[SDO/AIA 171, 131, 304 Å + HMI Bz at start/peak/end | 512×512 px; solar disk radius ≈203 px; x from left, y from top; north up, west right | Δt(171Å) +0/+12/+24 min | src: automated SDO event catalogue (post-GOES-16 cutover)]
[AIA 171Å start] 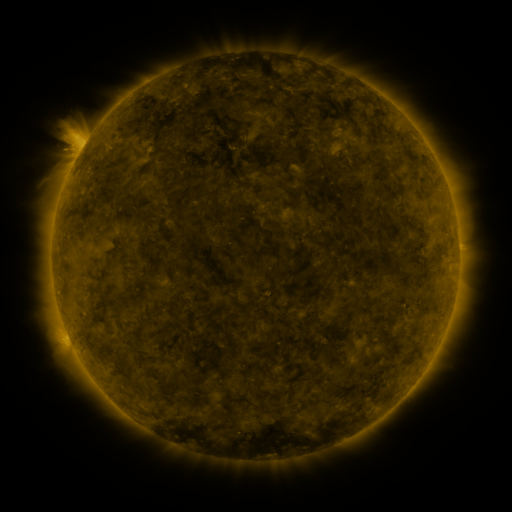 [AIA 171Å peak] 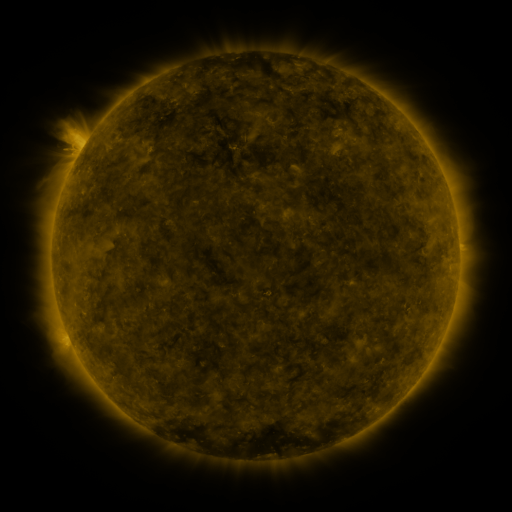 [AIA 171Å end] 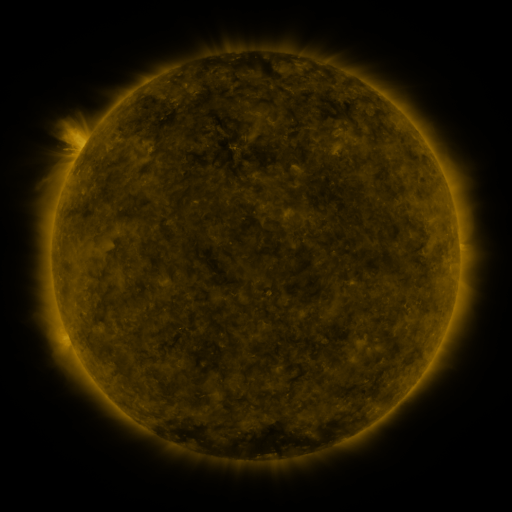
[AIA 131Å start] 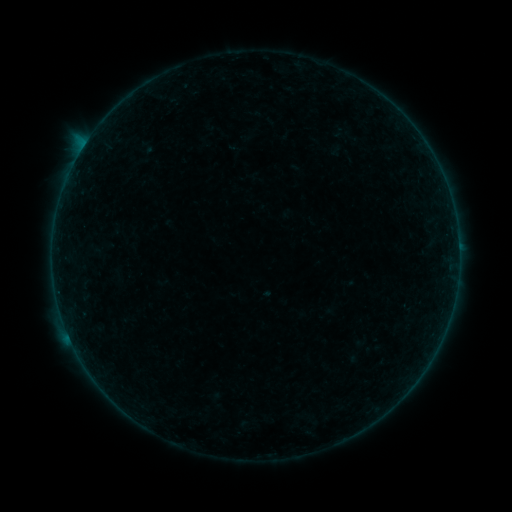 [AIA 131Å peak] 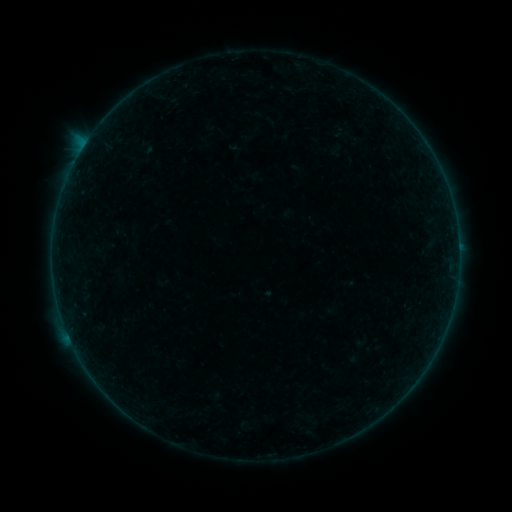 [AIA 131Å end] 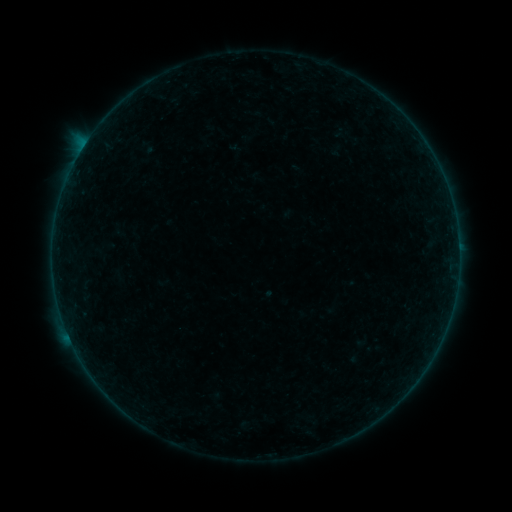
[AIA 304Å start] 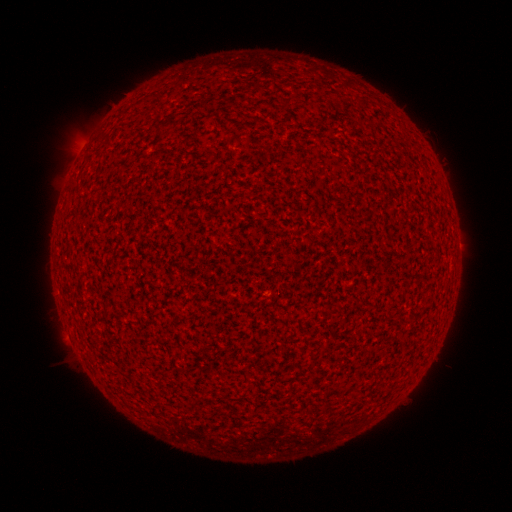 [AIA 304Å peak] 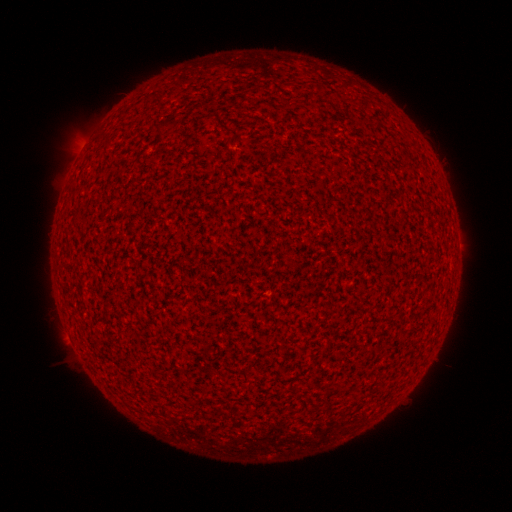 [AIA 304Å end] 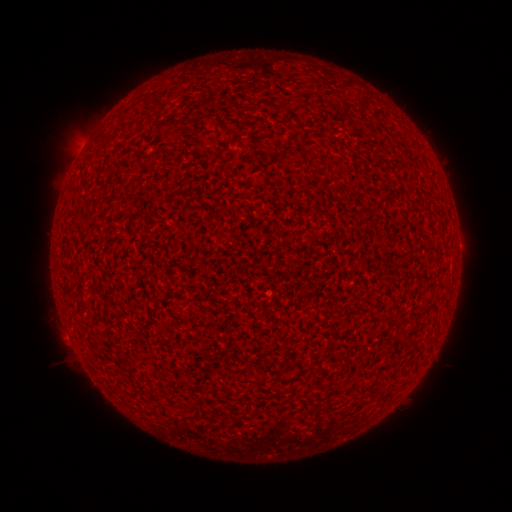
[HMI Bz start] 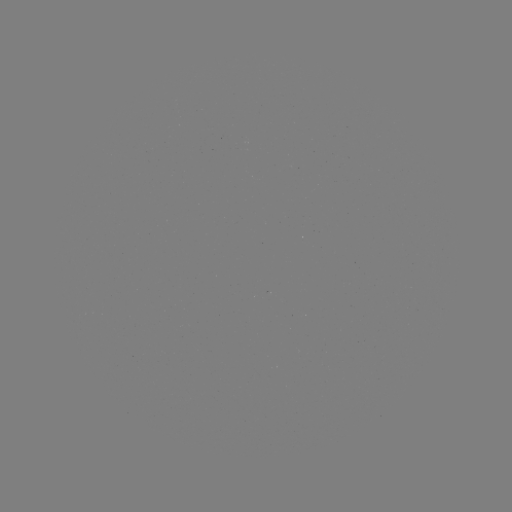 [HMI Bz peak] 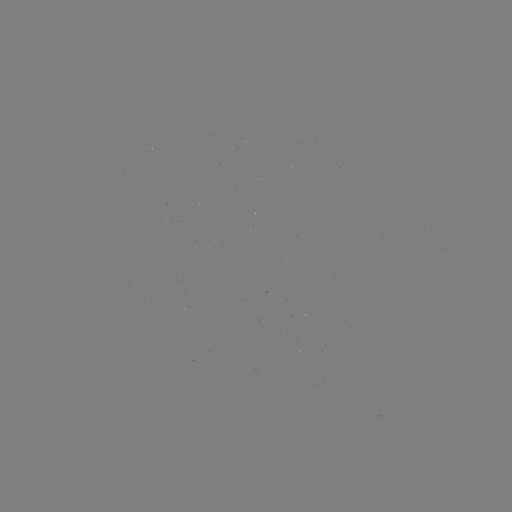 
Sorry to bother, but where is A3.8 flare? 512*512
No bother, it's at [80, 154].